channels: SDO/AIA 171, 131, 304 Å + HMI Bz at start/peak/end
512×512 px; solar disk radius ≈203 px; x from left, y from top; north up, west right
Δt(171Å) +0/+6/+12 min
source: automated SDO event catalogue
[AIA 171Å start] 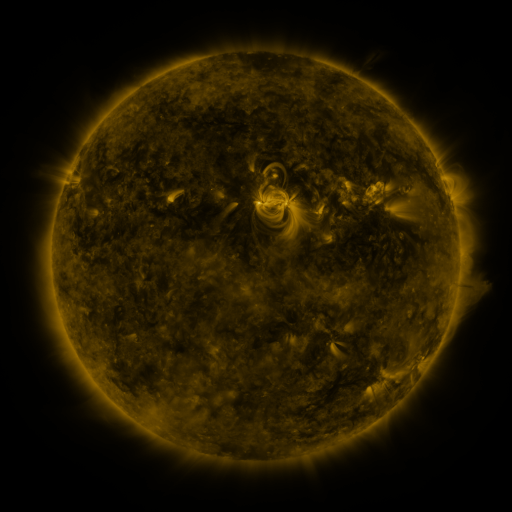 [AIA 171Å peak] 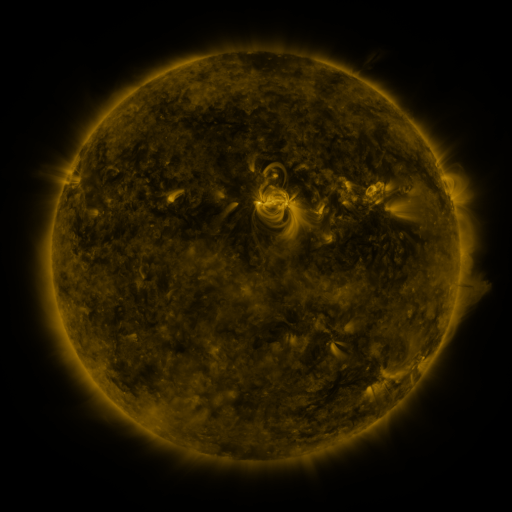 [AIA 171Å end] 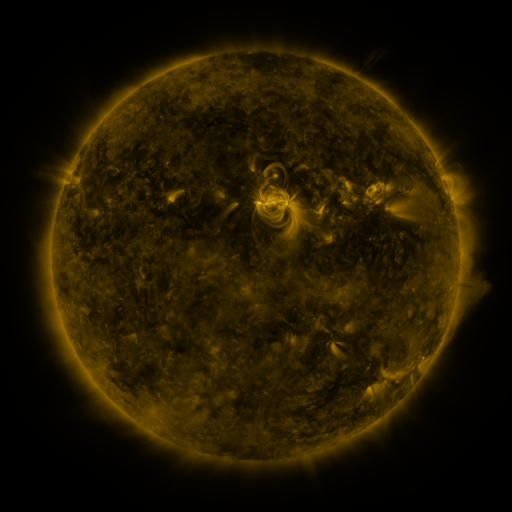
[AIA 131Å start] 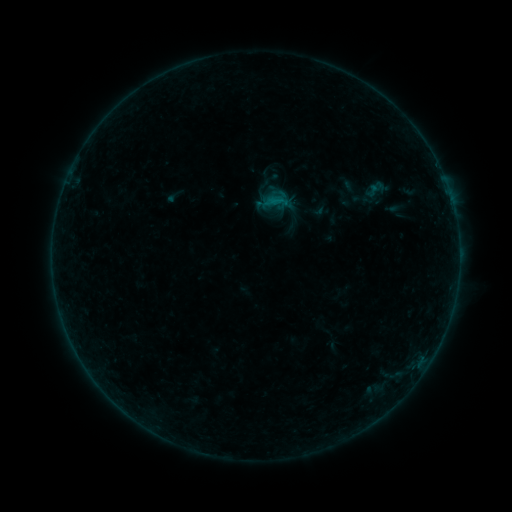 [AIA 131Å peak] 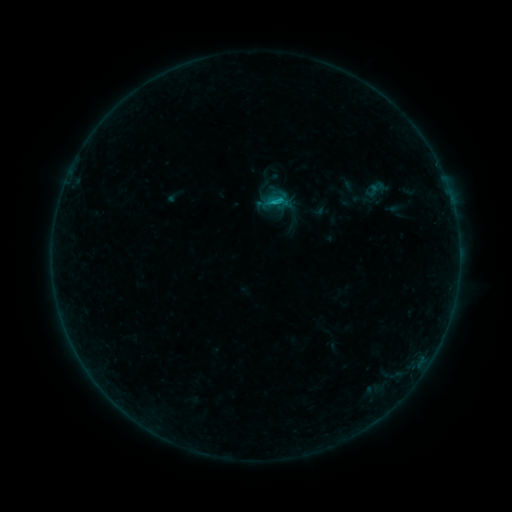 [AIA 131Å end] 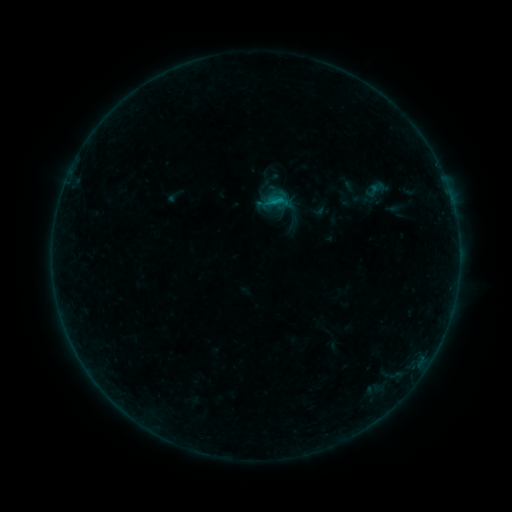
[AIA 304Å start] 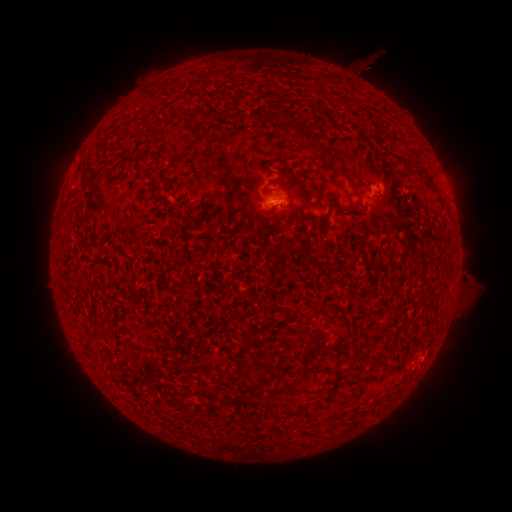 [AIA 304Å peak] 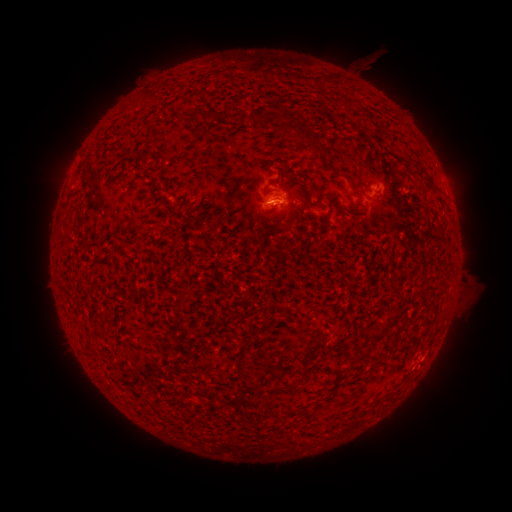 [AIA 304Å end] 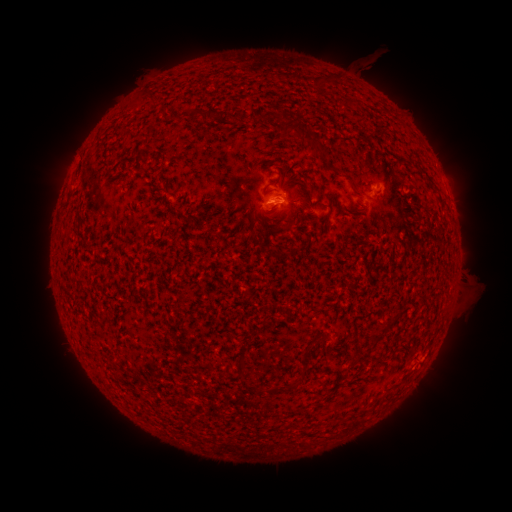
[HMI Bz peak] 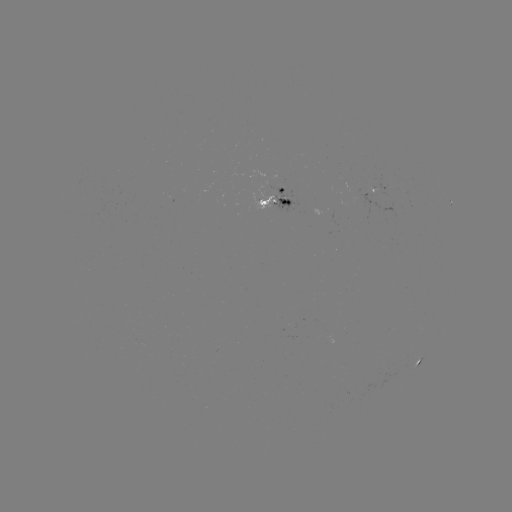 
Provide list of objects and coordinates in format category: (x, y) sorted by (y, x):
B4.8 flare: (269, 206)
